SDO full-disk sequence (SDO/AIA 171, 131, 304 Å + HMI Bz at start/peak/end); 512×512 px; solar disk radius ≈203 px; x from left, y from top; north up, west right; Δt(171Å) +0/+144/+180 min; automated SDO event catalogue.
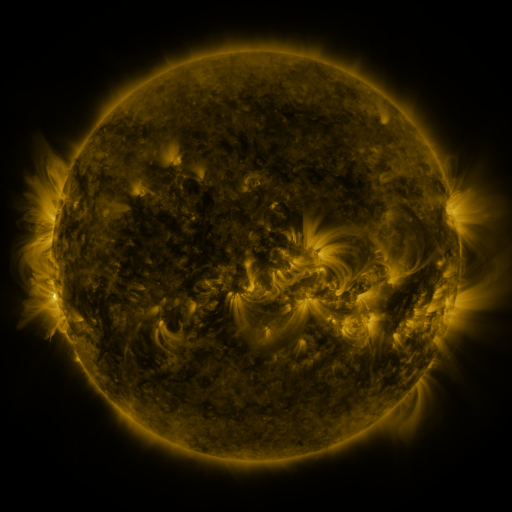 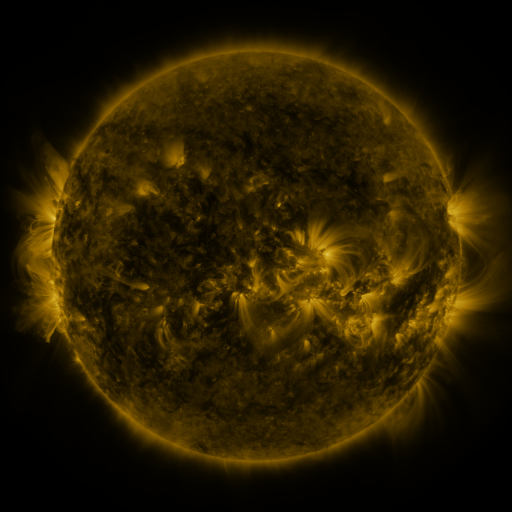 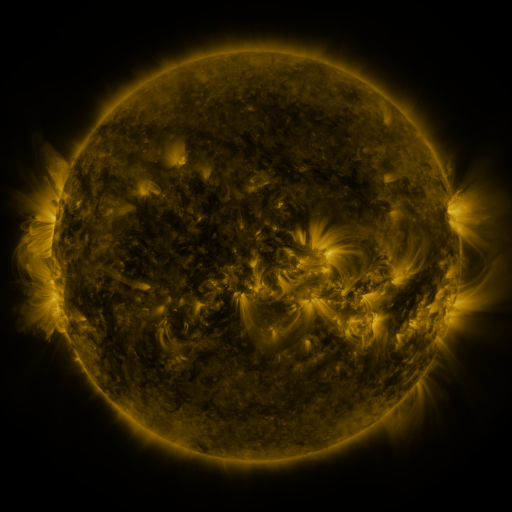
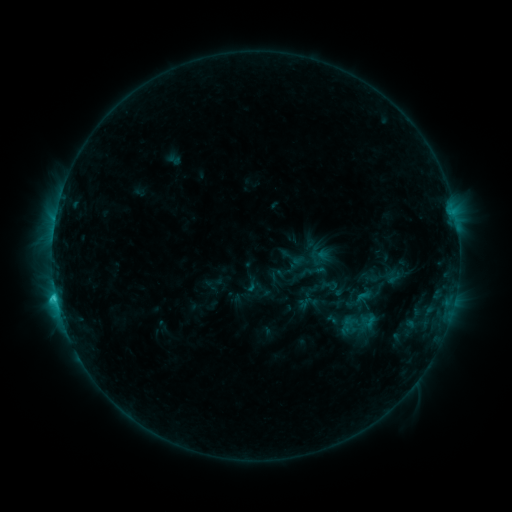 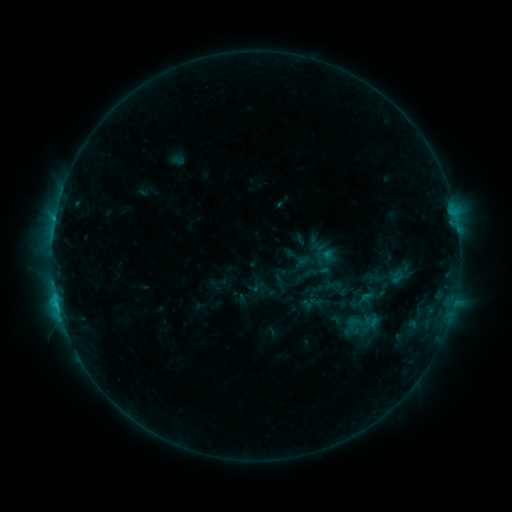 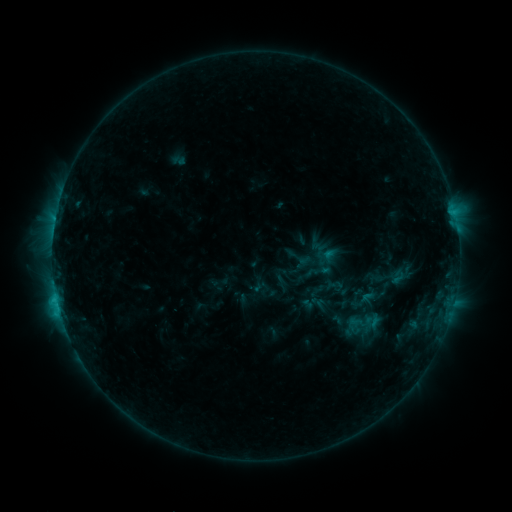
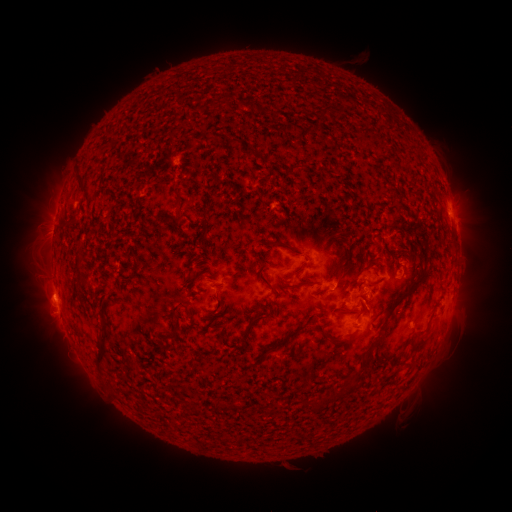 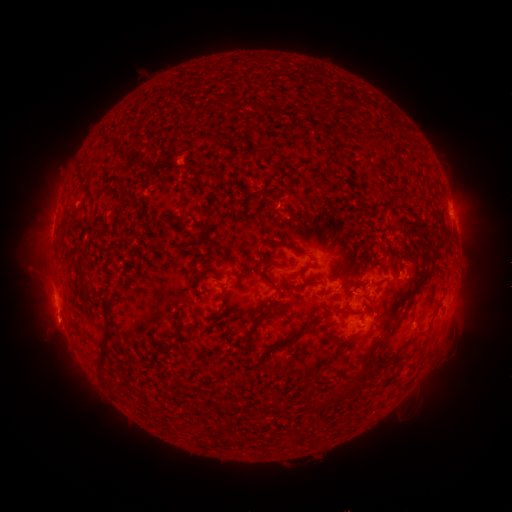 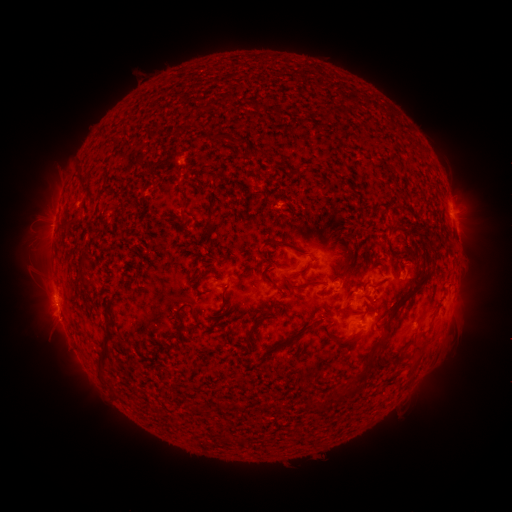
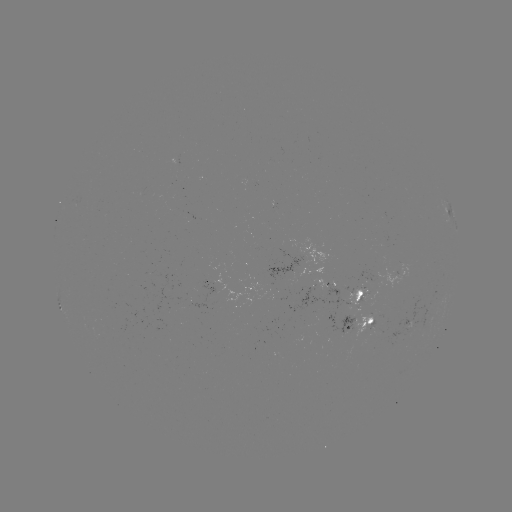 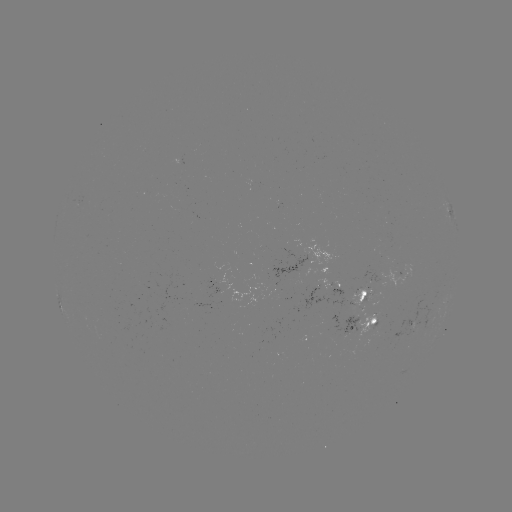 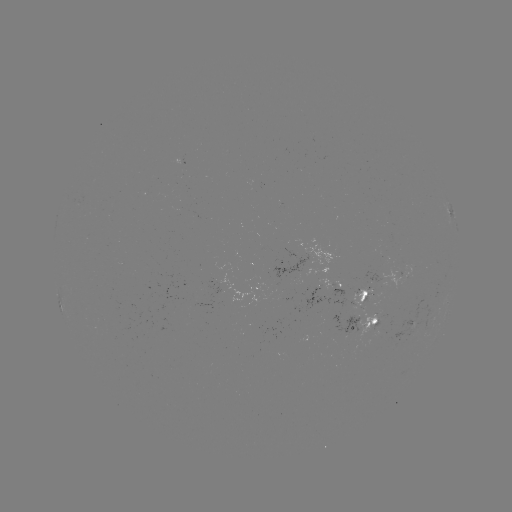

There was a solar emerging-flux region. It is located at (377, 326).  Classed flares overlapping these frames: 2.